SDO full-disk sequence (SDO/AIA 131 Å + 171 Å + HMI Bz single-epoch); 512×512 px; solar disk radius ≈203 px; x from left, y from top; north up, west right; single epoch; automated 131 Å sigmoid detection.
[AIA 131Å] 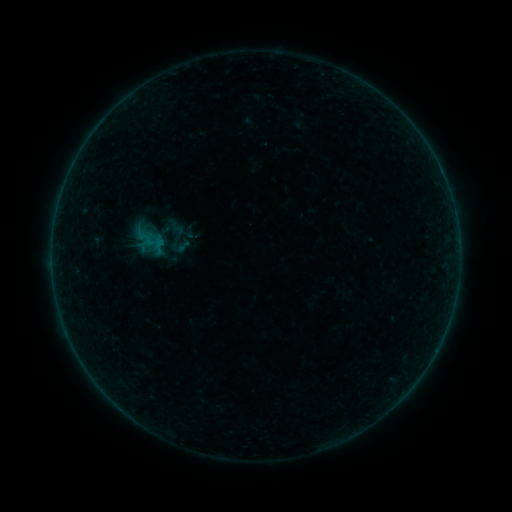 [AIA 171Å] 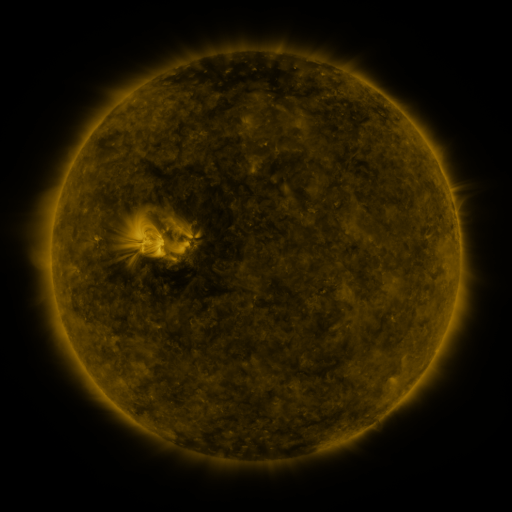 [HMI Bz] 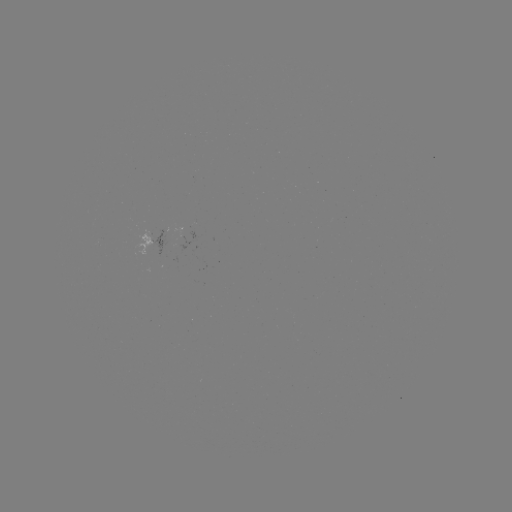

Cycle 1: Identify sigmoid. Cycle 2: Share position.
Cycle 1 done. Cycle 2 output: (178, 237).